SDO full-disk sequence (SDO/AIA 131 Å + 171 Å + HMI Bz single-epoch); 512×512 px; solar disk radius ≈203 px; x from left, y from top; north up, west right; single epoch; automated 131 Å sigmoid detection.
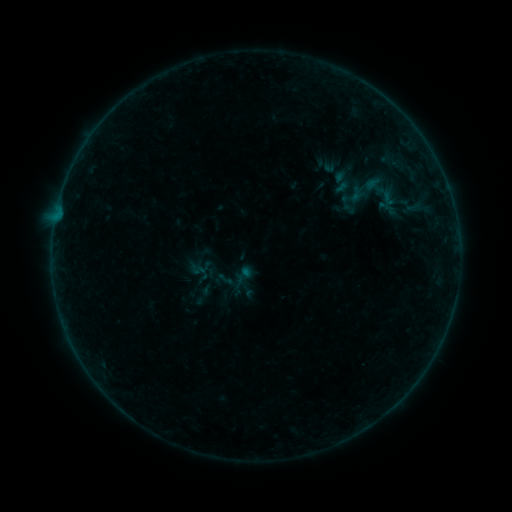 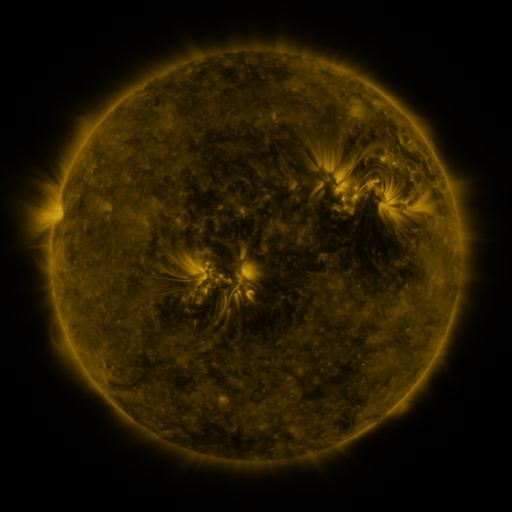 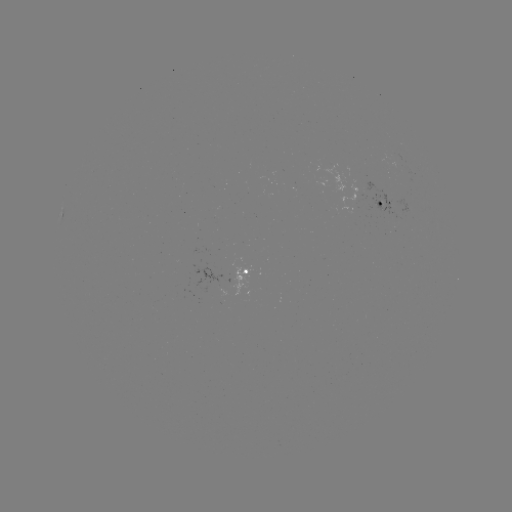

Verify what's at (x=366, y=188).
sigmoid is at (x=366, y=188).